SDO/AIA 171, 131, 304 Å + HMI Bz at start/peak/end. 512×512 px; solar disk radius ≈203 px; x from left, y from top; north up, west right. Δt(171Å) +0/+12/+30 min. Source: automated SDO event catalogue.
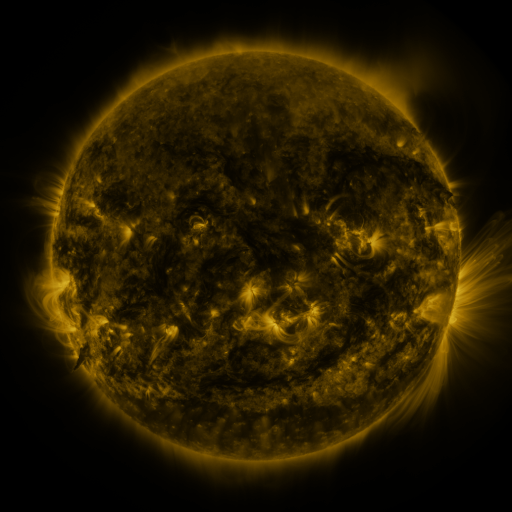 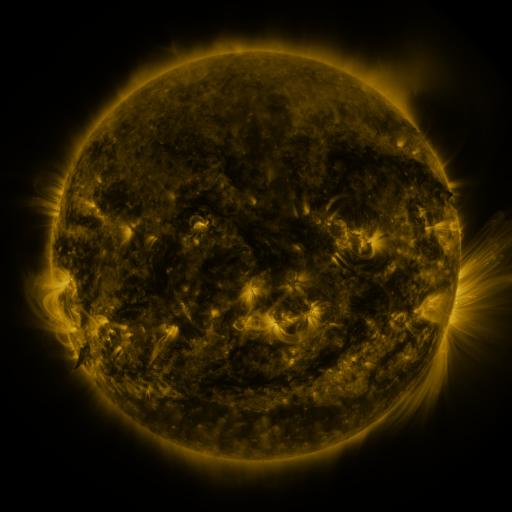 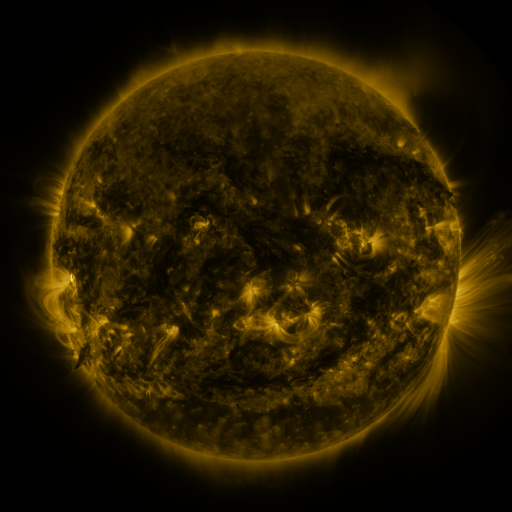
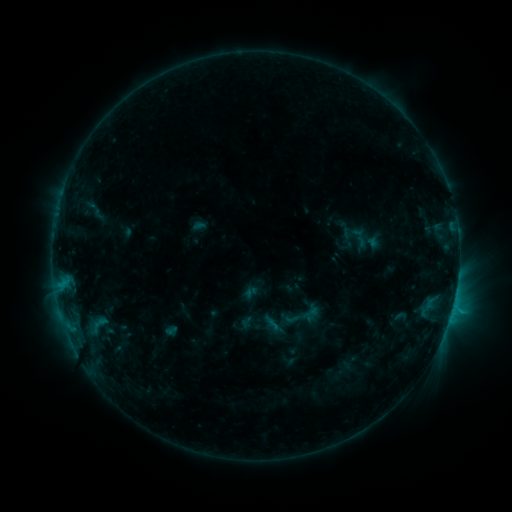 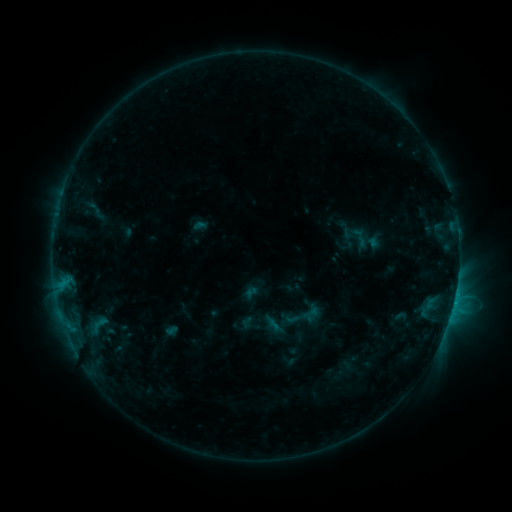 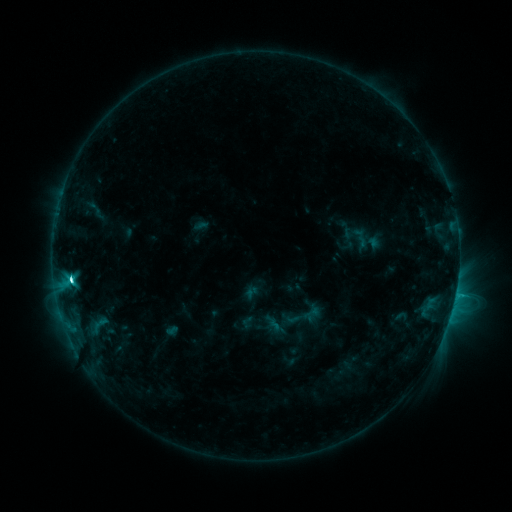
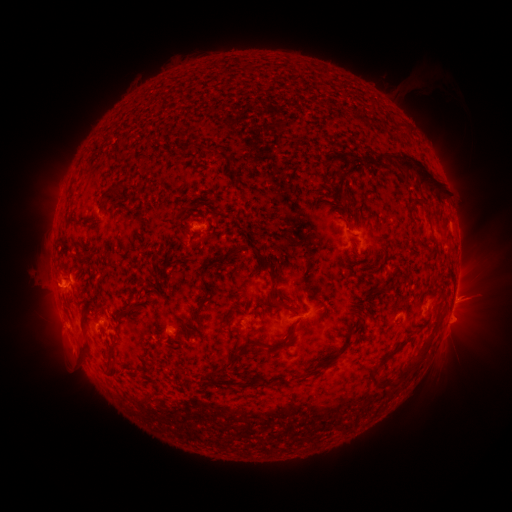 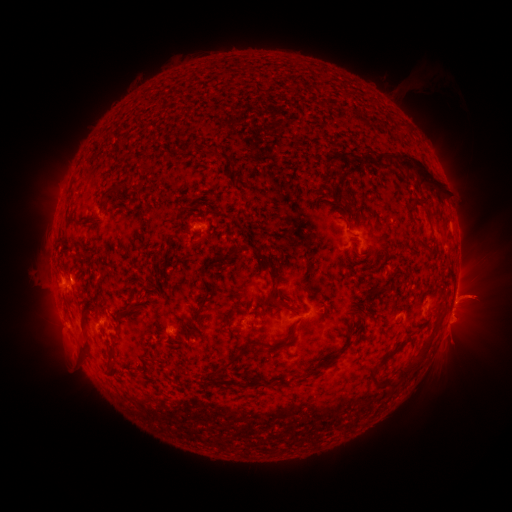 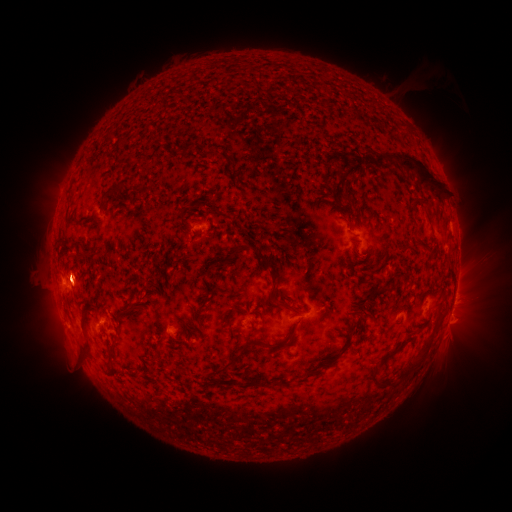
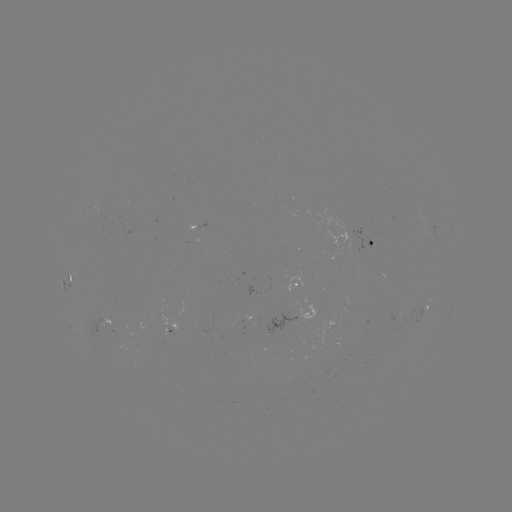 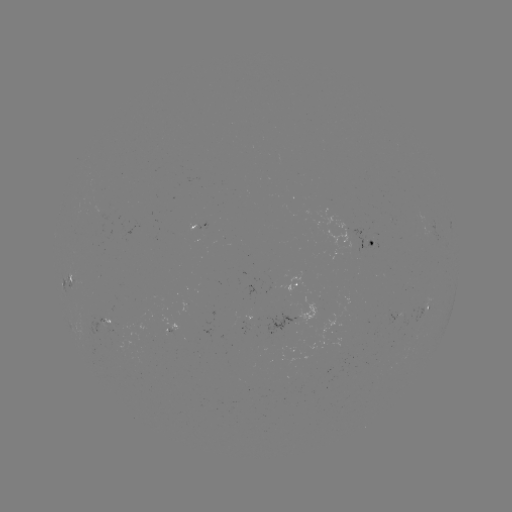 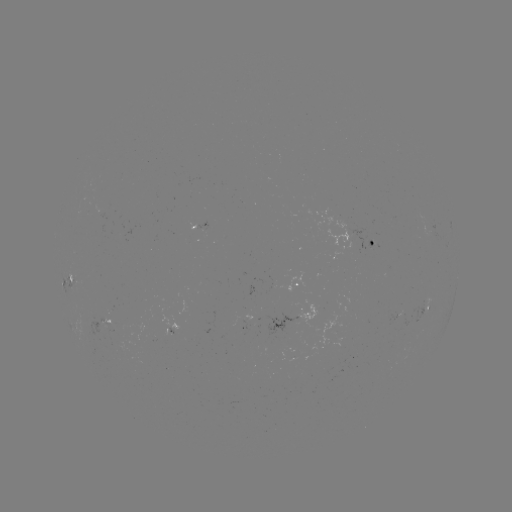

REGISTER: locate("eruption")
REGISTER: (475, 299)